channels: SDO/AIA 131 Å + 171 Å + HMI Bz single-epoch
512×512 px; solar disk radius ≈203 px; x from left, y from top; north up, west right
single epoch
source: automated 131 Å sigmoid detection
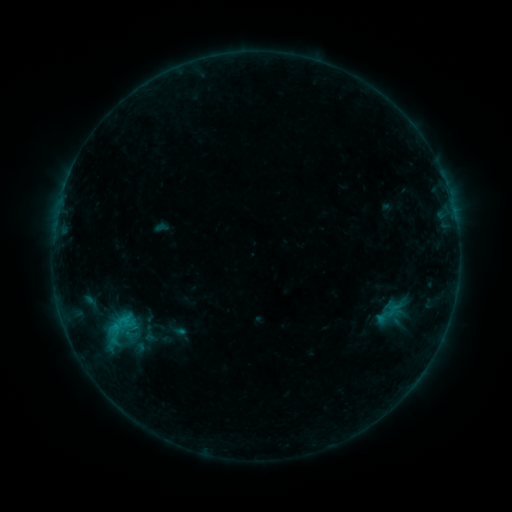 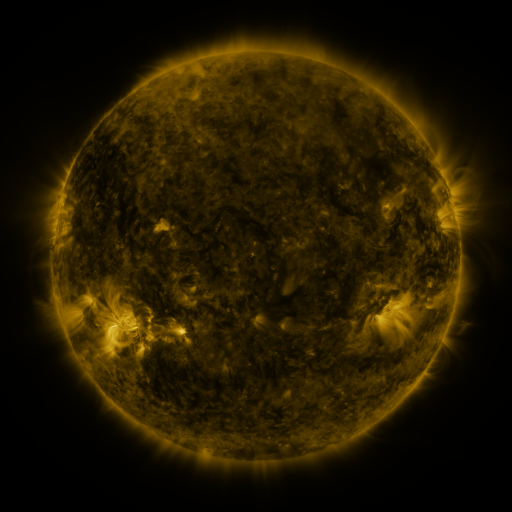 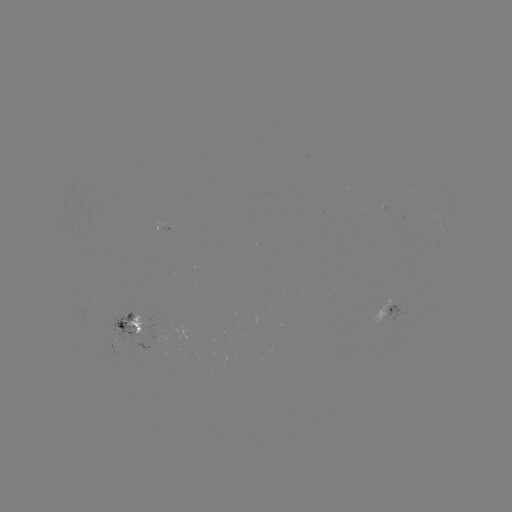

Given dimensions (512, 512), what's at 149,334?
sigmoid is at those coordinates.